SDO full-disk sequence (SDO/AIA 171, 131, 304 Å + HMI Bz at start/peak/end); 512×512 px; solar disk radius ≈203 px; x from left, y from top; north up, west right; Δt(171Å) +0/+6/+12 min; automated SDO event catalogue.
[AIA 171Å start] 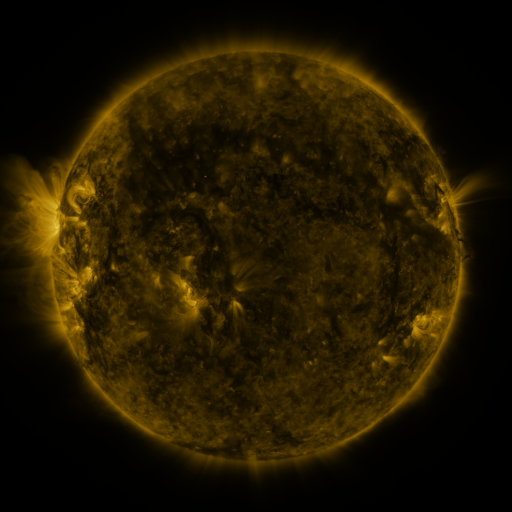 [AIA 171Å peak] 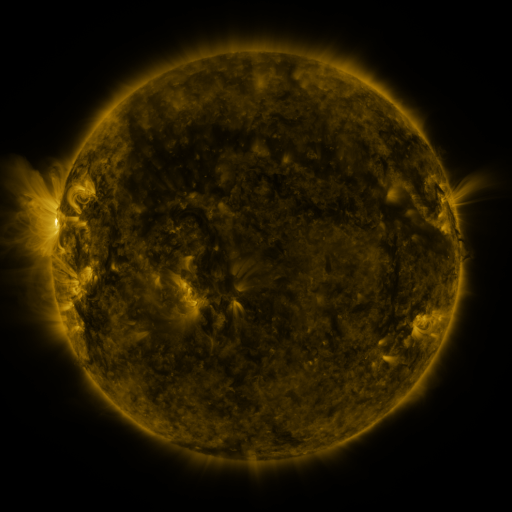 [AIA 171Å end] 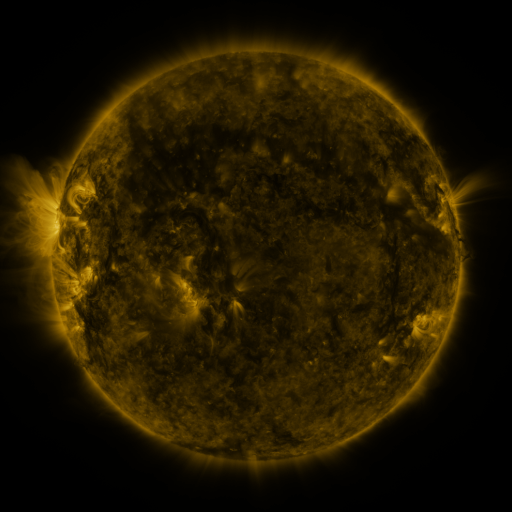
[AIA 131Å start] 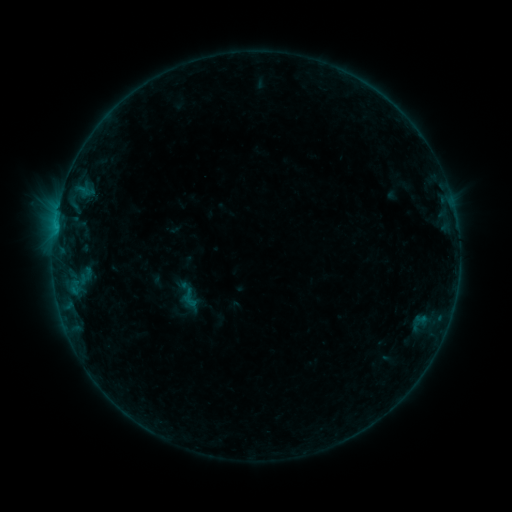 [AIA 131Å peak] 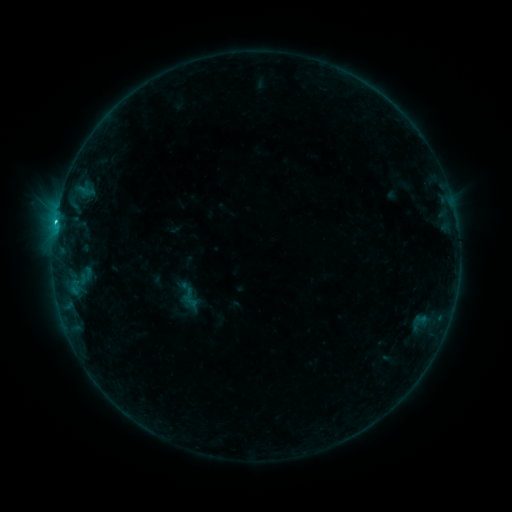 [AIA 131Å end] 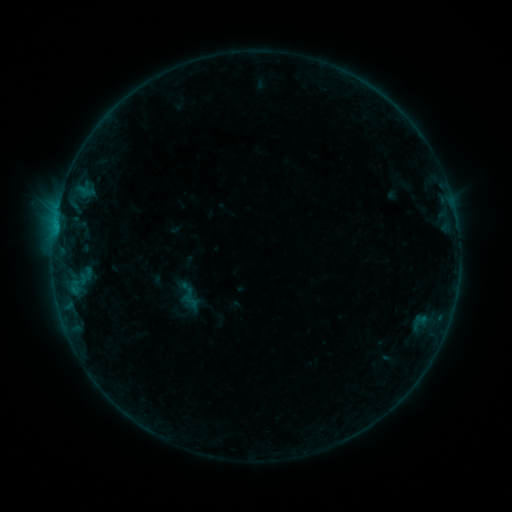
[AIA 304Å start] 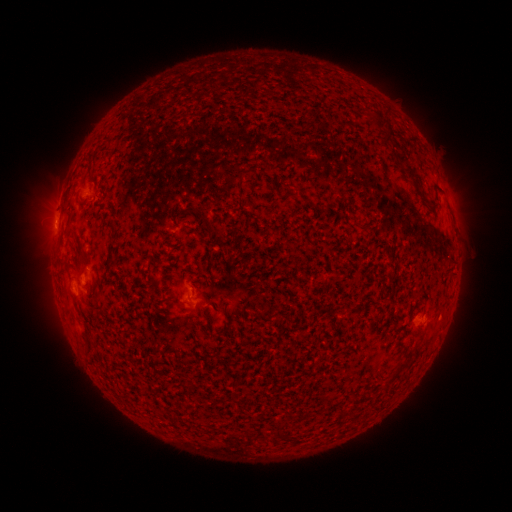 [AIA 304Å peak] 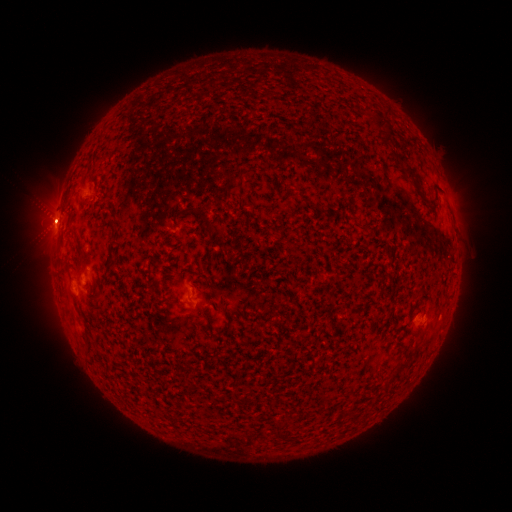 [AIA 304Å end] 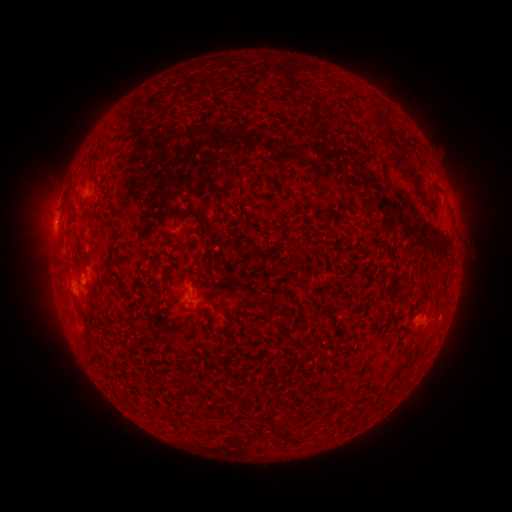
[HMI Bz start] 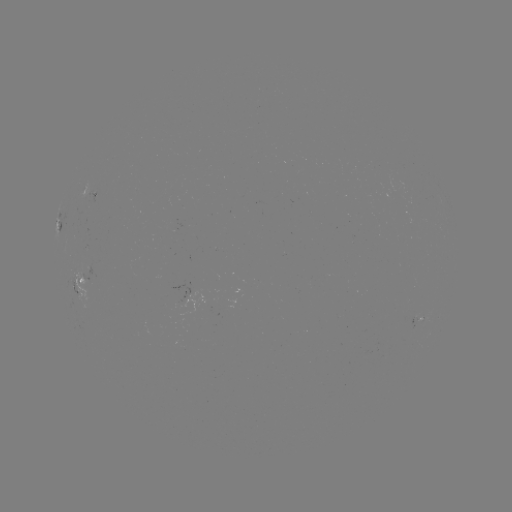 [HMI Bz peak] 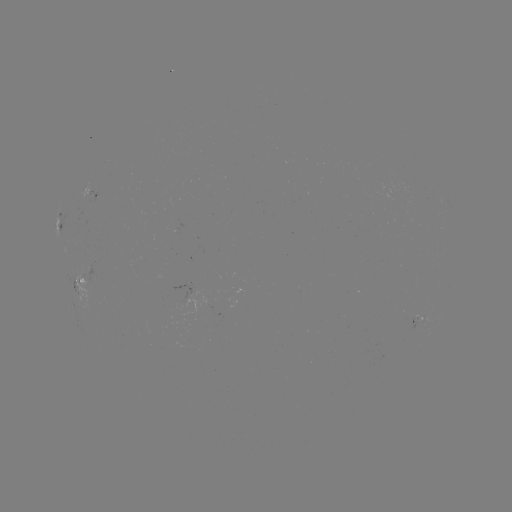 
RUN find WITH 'B7.6 flare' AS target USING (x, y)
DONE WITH (55, 224) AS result